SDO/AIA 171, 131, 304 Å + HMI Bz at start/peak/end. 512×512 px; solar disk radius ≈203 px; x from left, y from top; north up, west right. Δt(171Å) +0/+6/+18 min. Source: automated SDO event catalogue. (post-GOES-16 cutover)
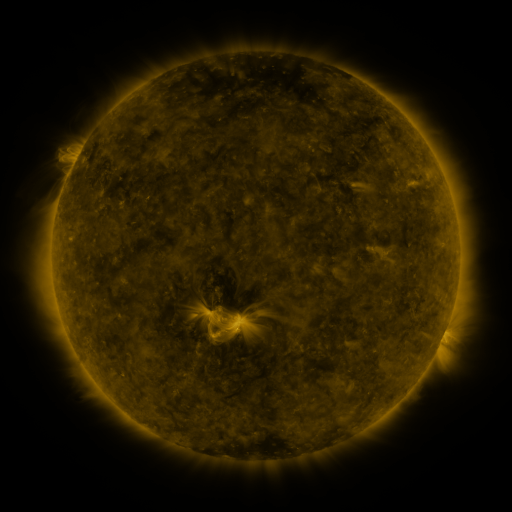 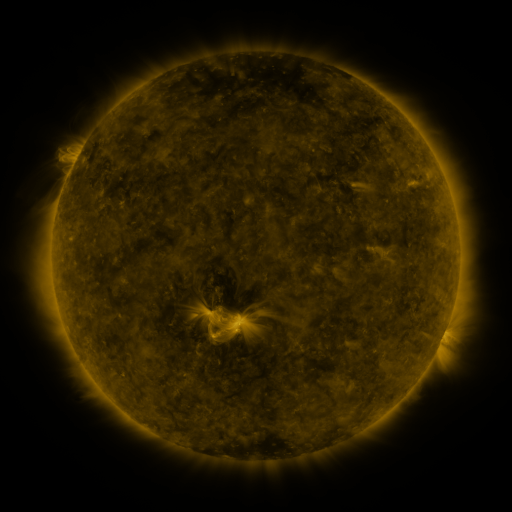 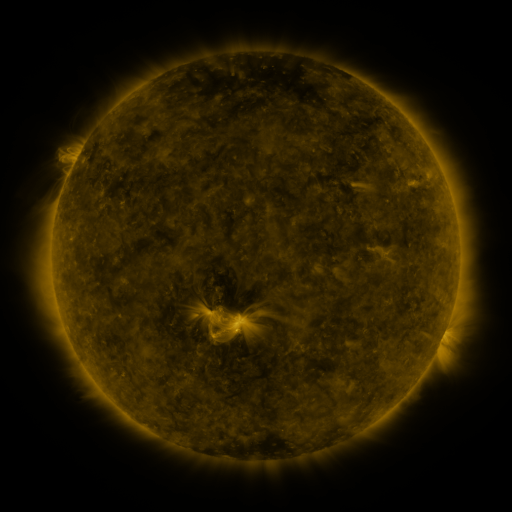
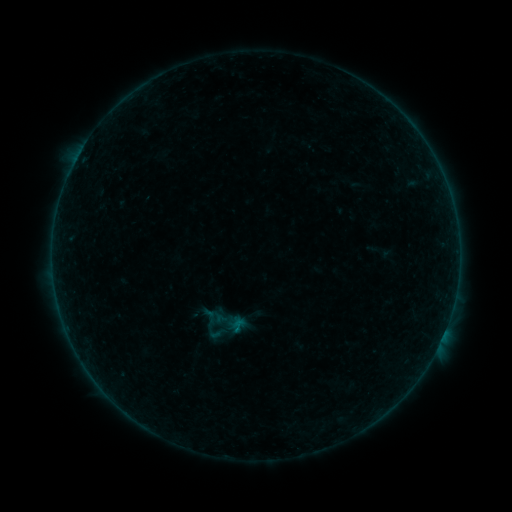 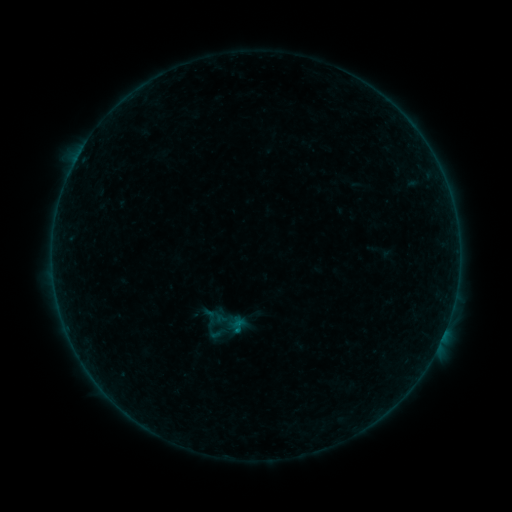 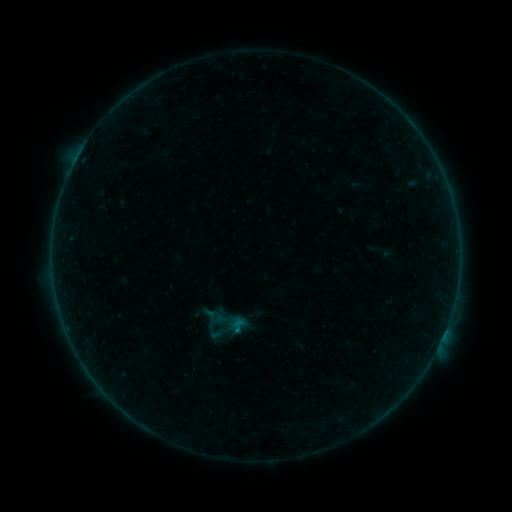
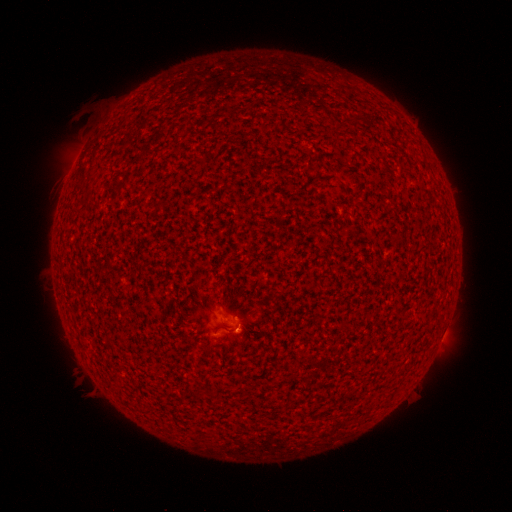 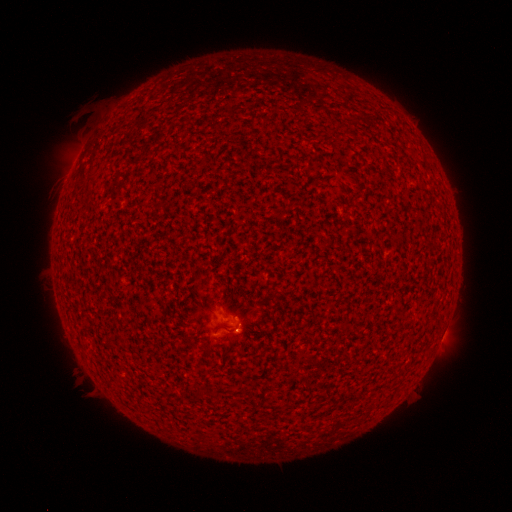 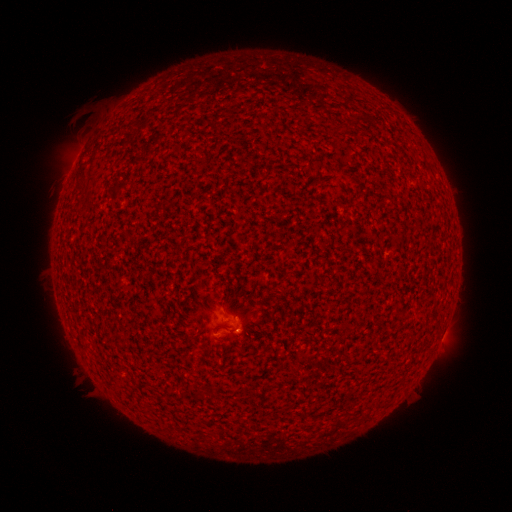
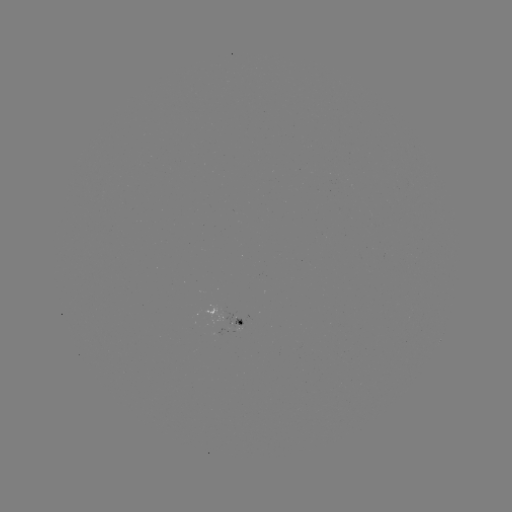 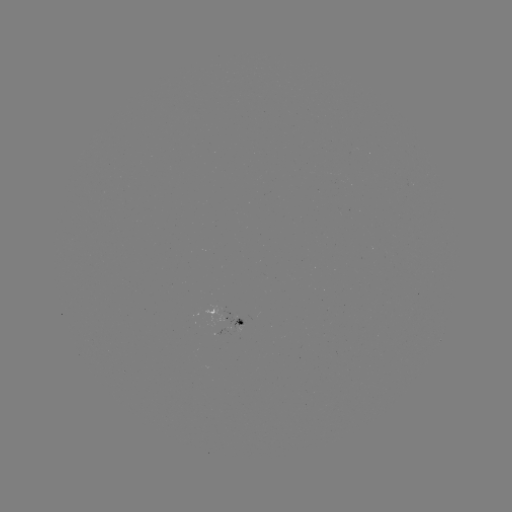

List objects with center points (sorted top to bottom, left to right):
B2.3 flare: (238, 327)
